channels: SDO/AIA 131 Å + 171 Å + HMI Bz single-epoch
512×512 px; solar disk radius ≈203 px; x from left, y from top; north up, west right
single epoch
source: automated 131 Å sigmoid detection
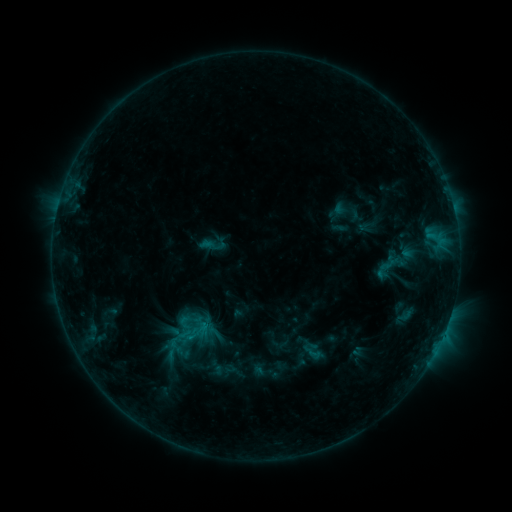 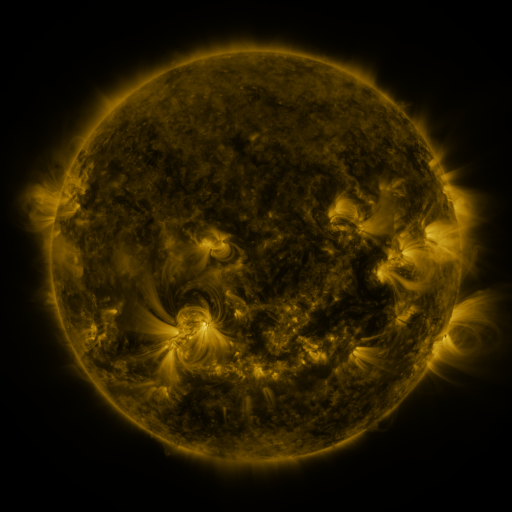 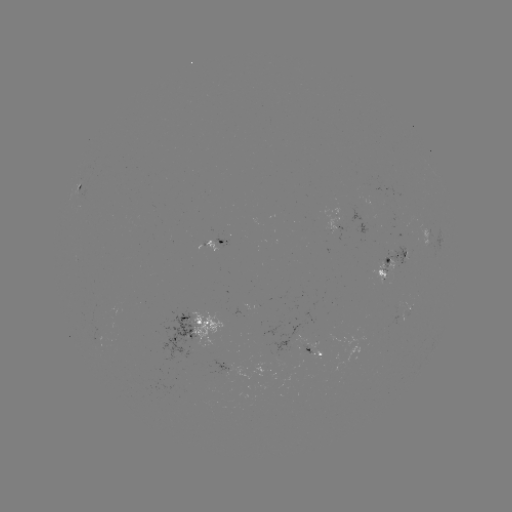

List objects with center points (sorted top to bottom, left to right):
sigmoid: (214, 244)
